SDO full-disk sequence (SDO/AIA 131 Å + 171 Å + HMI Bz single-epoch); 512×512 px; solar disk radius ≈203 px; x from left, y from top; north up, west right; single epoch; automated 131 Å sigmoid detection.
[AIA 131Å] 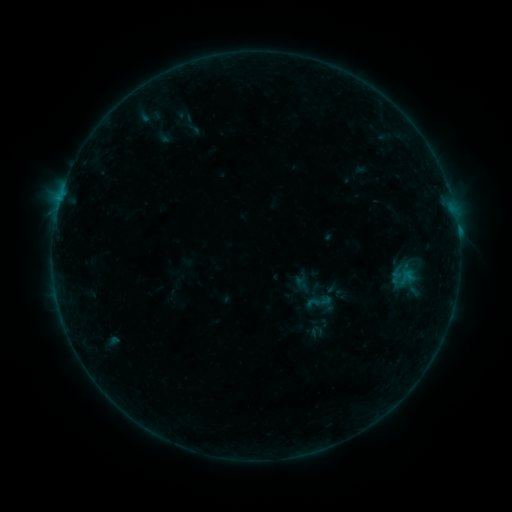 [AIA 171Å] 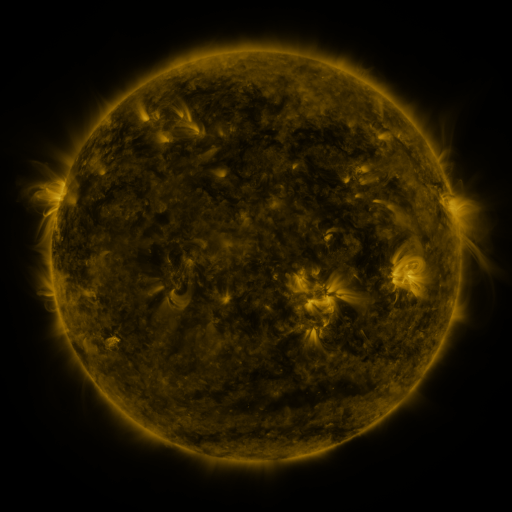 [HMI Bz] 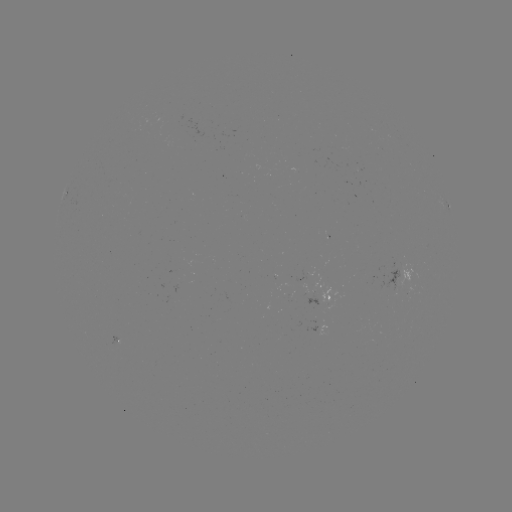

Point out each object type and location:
sigmoid: (306, 288, 331, 315)
